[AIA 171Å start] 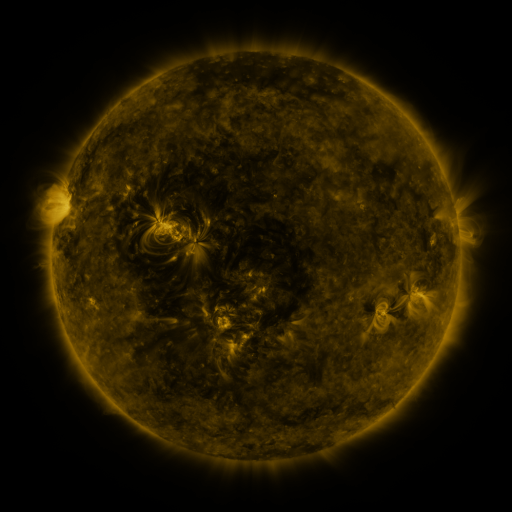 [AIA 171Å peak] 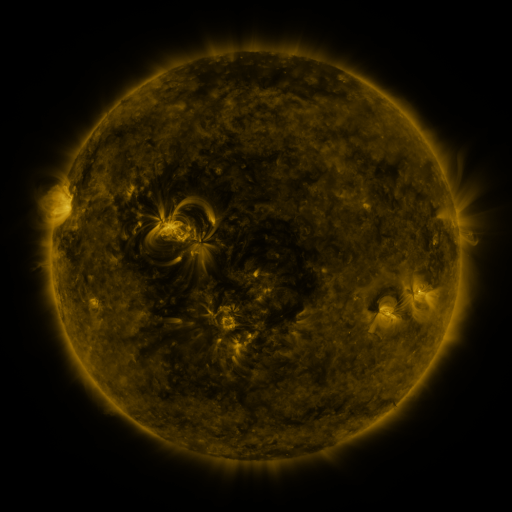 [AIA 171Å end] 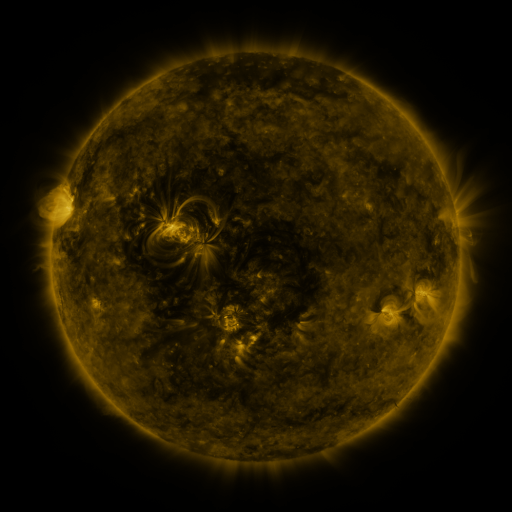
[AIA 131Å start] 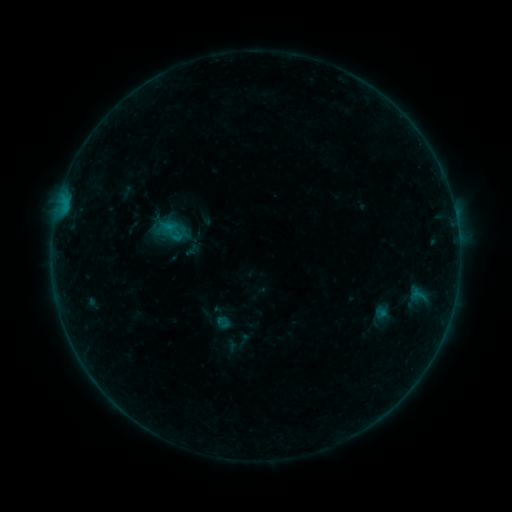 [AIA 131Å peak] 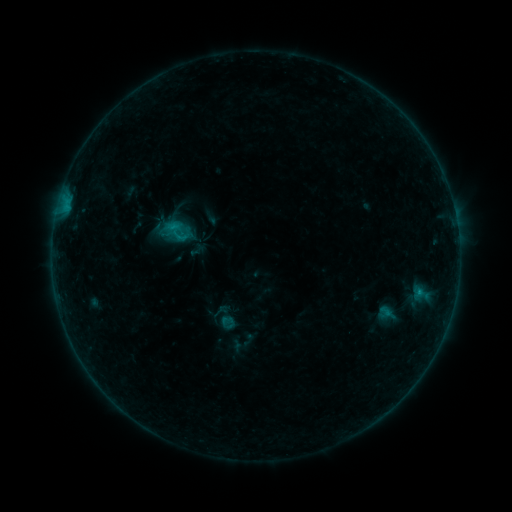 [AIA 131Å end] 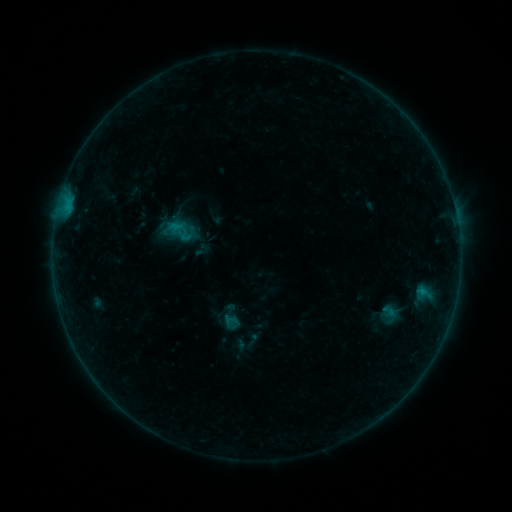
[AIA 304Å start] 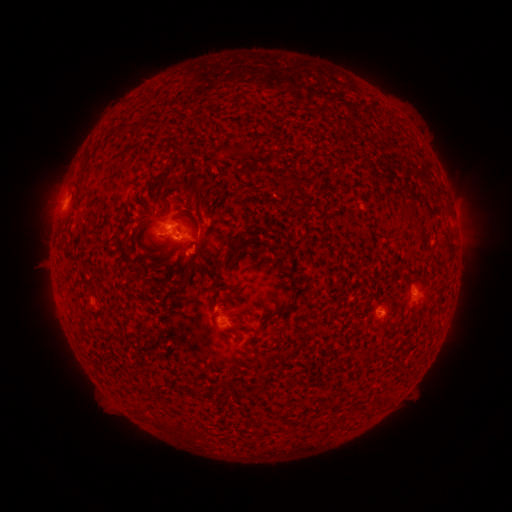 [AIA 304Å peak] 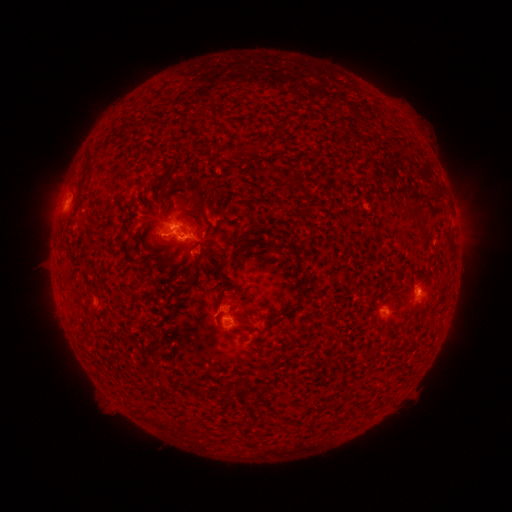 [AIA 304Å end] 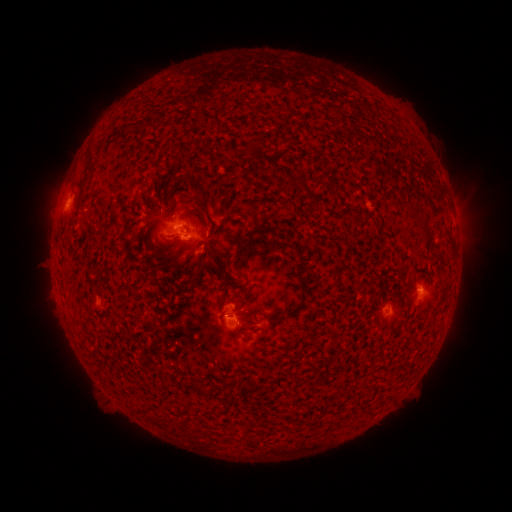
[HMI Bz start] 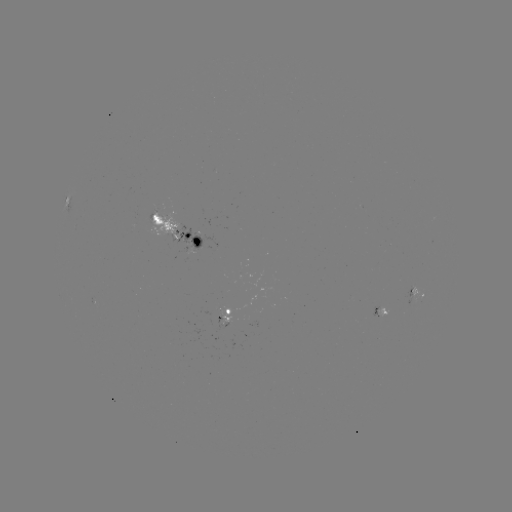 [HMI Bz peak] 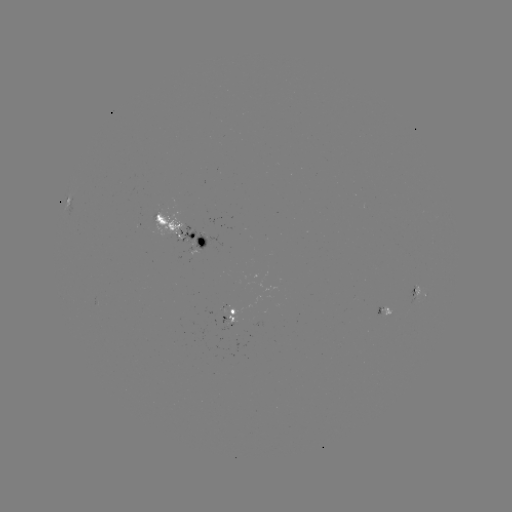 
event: emerging-flux region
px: (423, 294)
